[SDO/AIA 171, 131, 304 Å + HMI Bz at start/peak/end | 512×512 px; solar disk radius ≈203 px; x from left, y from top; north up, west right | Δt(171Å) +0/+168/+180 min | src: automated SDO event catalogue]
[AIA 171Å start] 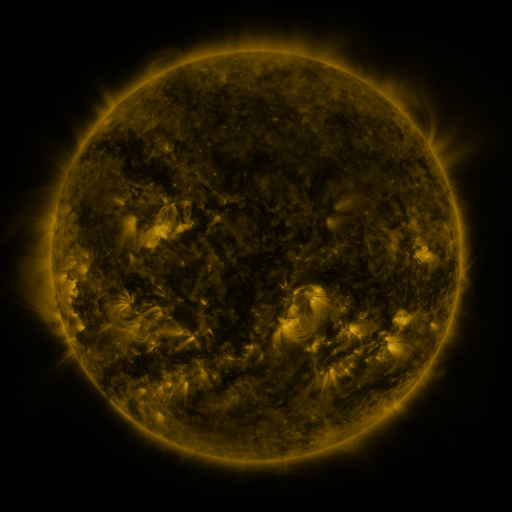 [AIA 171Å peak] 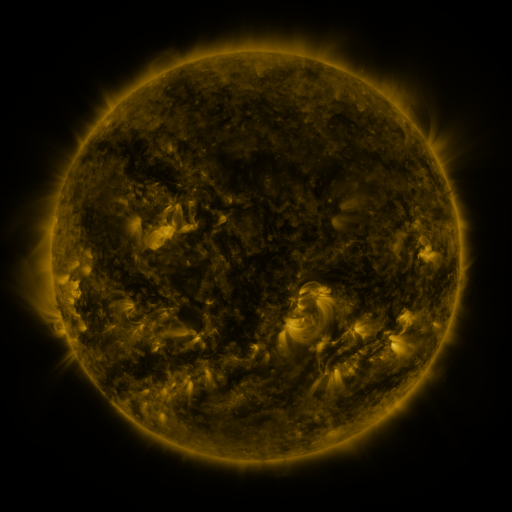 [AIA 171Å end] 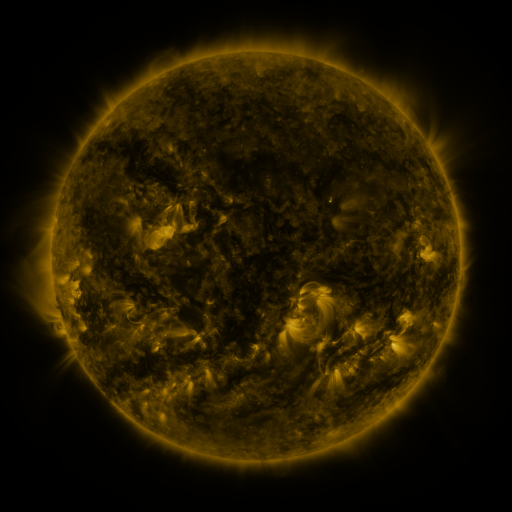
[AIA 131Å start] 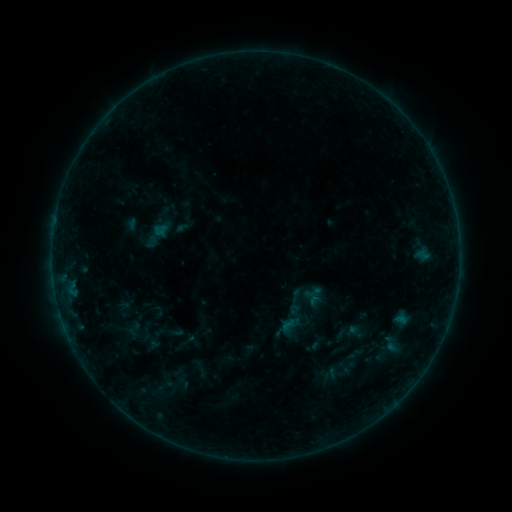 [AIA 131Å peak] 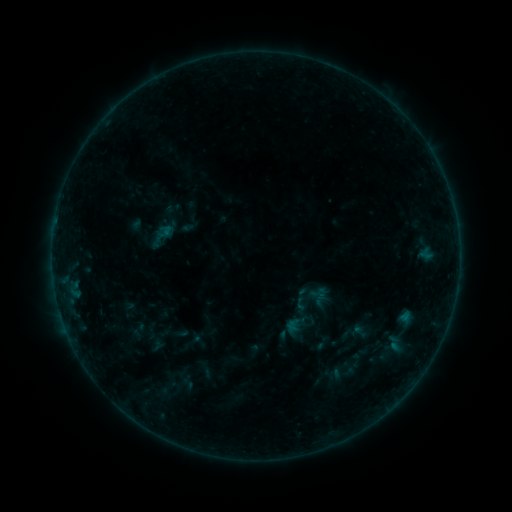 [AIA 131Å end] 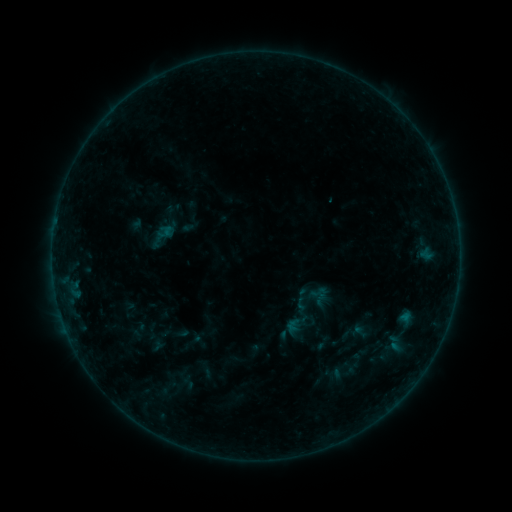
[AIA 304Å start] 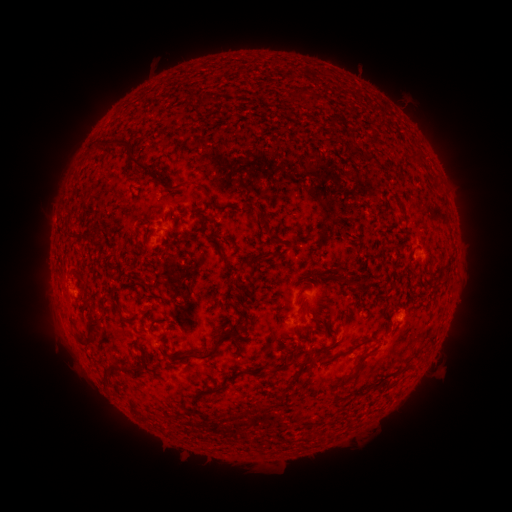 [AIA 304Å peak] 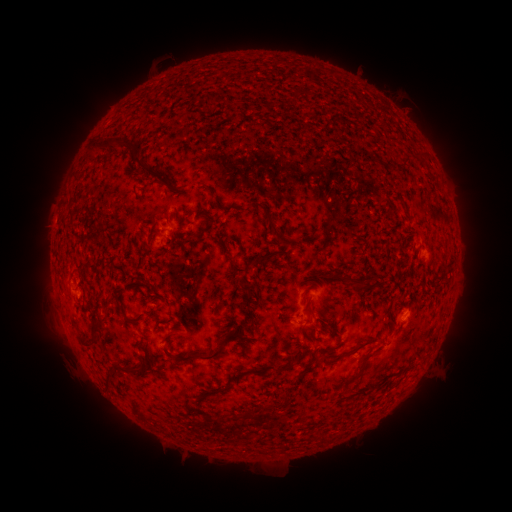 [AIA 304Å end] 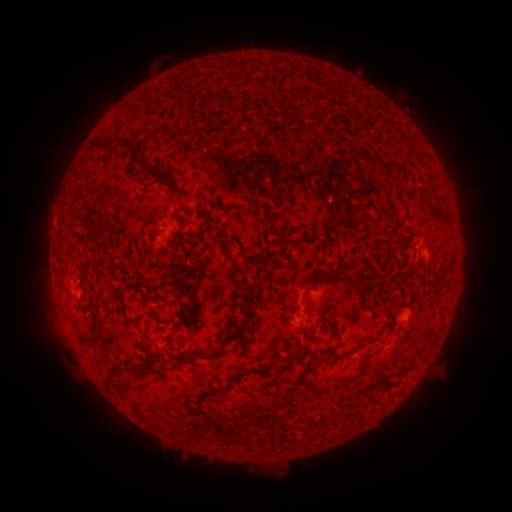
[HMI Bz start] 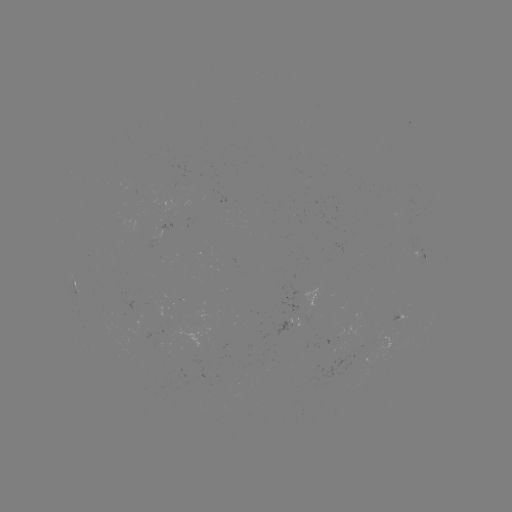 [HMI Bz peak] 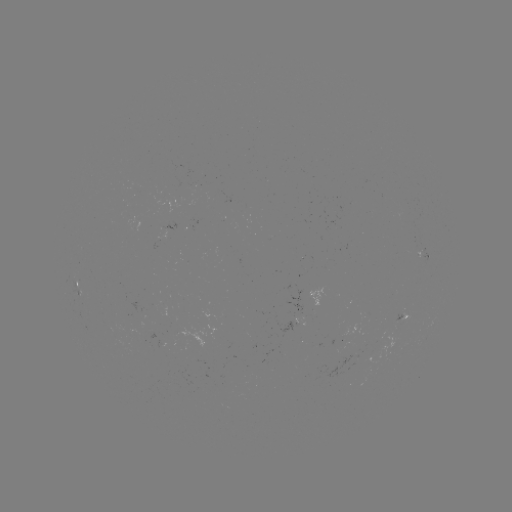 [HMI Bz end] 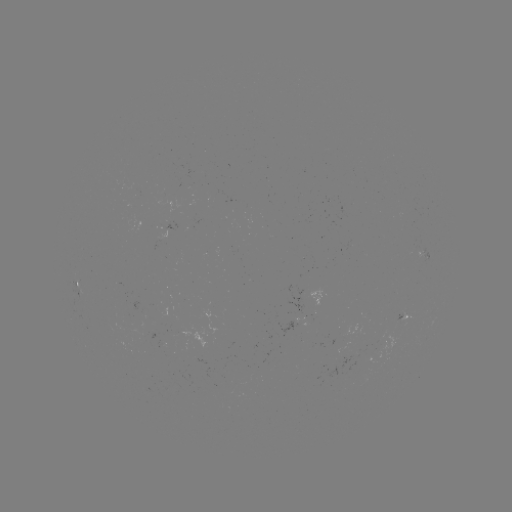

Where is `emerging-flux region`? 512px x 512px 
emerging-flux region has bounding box [395, 311, 401, 321].